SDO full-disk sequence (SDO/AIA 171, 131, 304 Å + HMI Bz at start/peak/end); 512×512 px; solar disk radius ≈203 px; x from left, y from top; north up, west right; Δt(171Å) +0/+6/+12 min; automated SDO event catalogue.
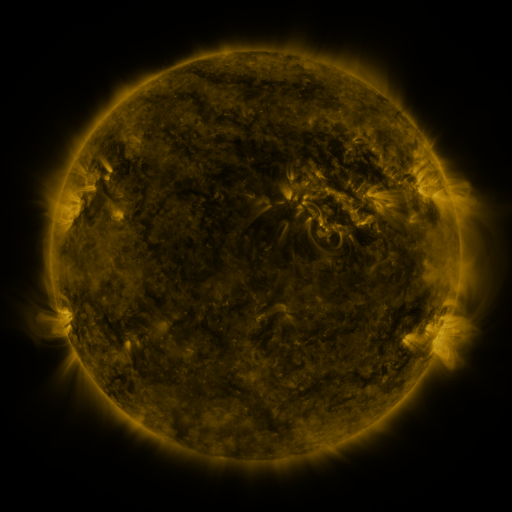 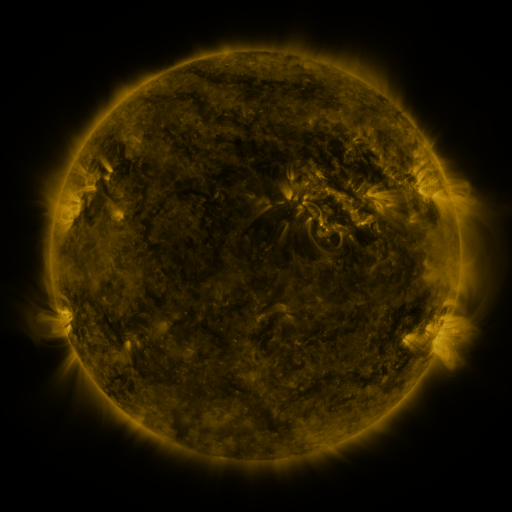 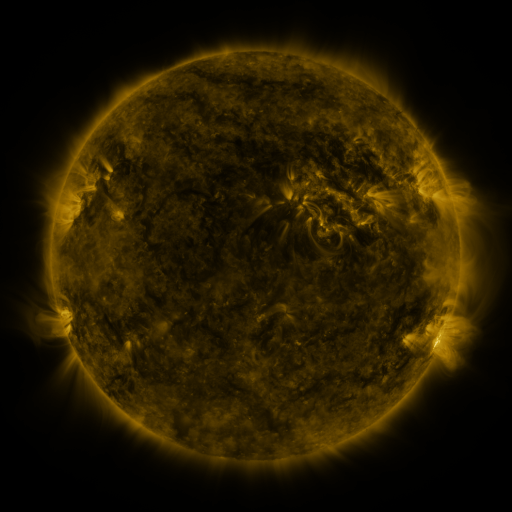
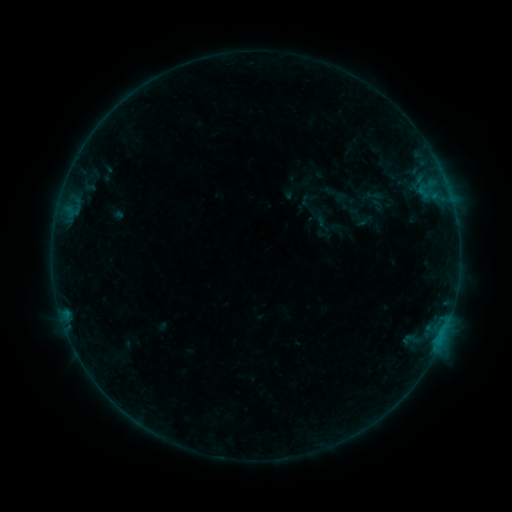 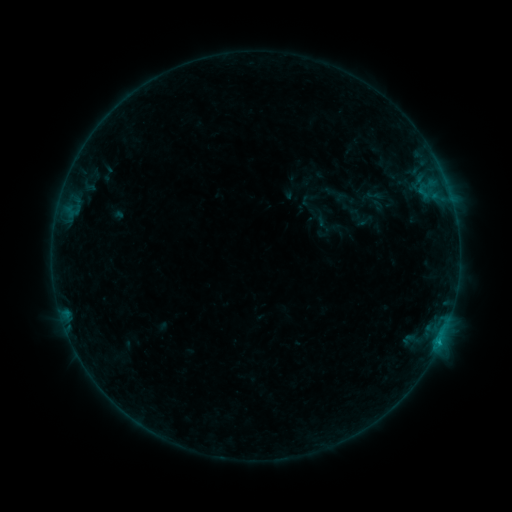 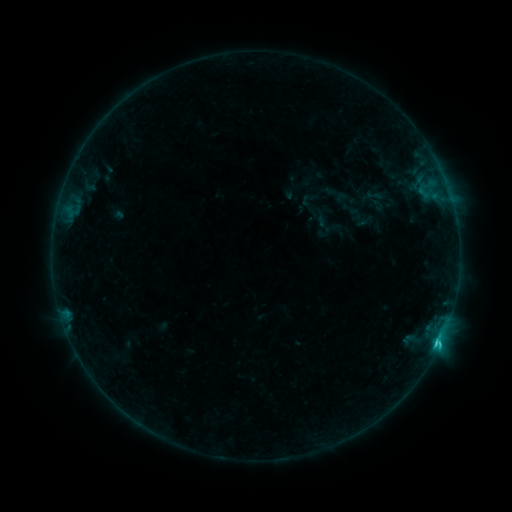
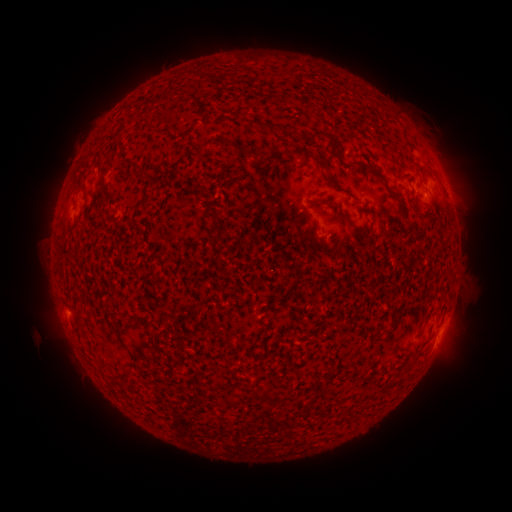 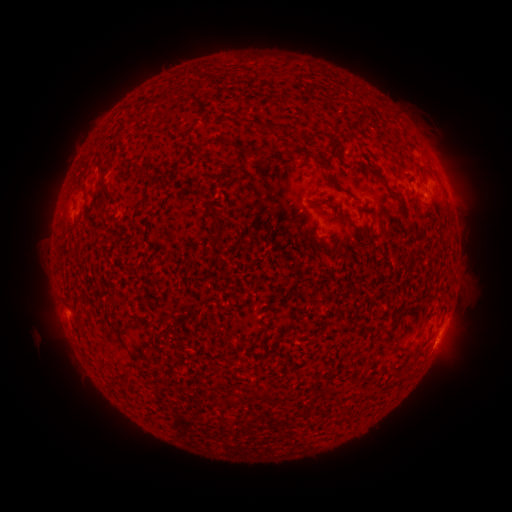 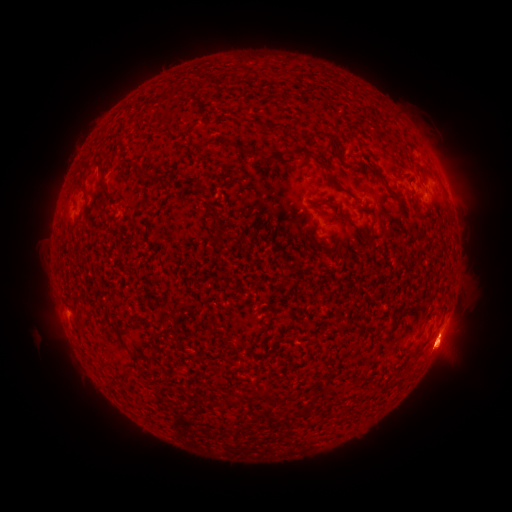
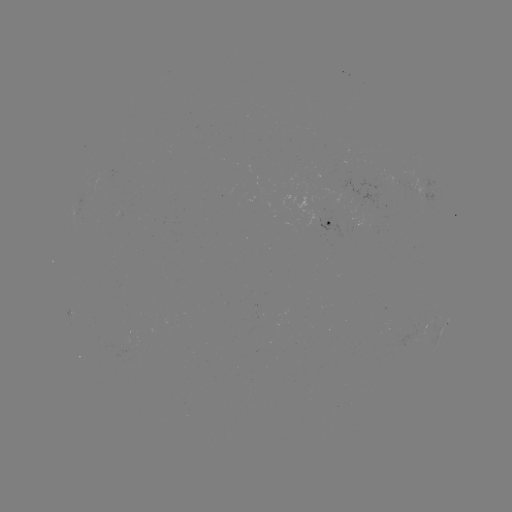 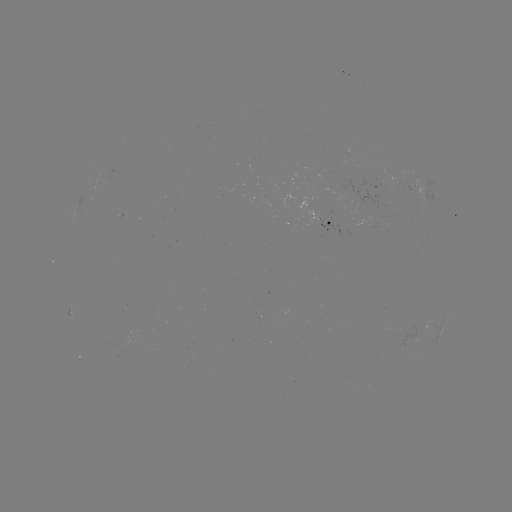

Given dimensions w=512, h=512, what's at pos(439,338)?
C1.8 flare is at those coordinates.